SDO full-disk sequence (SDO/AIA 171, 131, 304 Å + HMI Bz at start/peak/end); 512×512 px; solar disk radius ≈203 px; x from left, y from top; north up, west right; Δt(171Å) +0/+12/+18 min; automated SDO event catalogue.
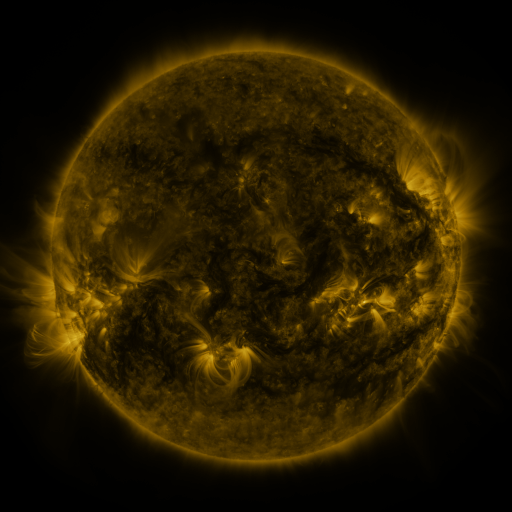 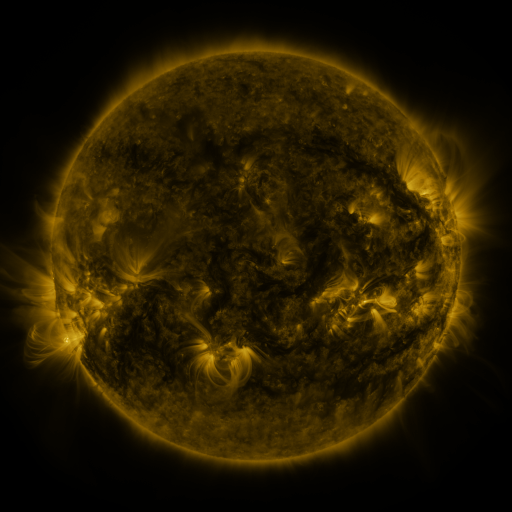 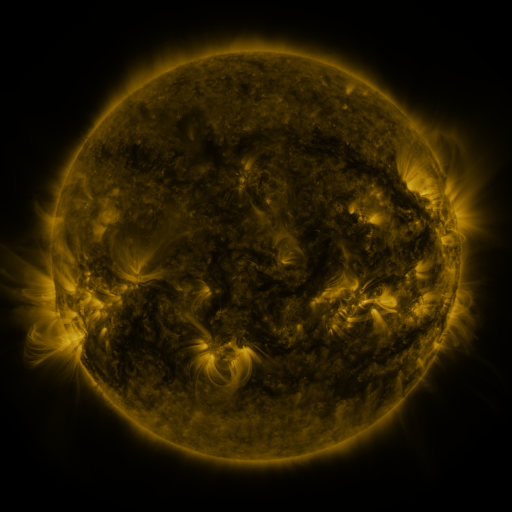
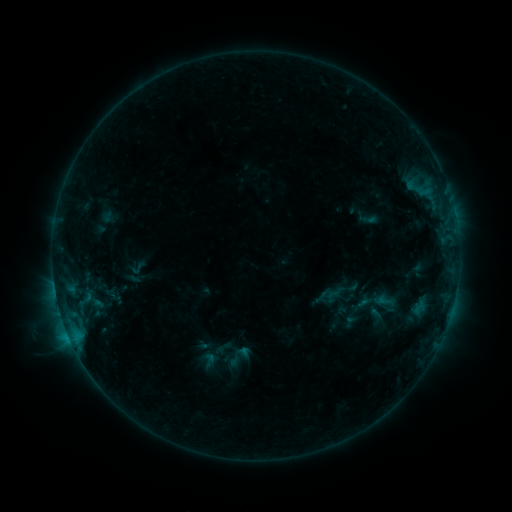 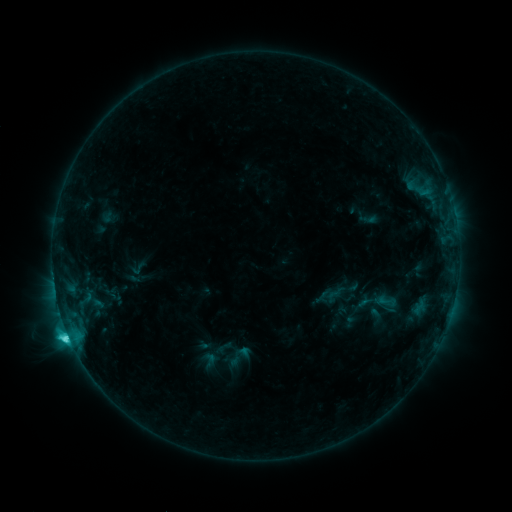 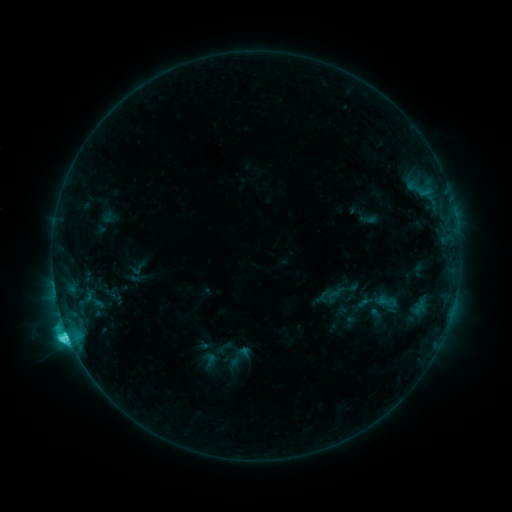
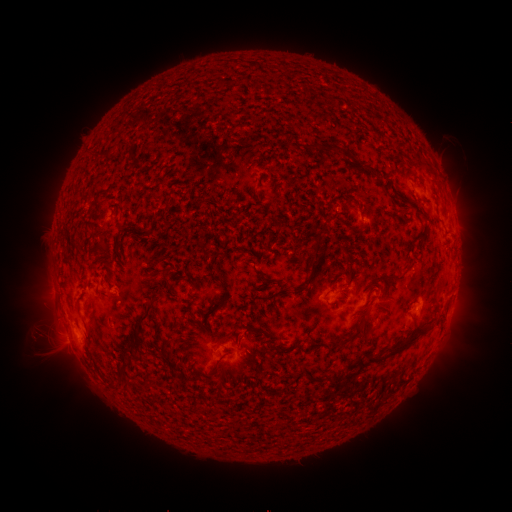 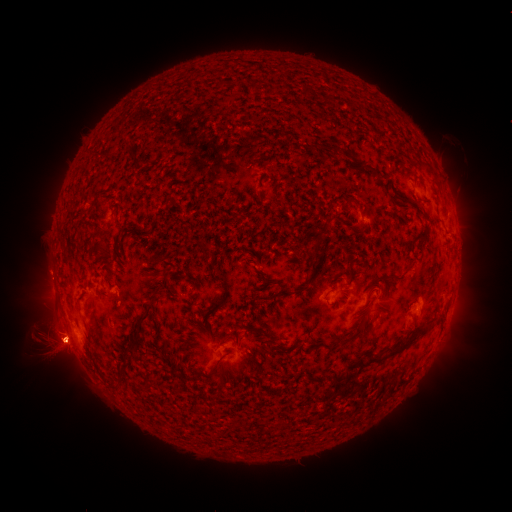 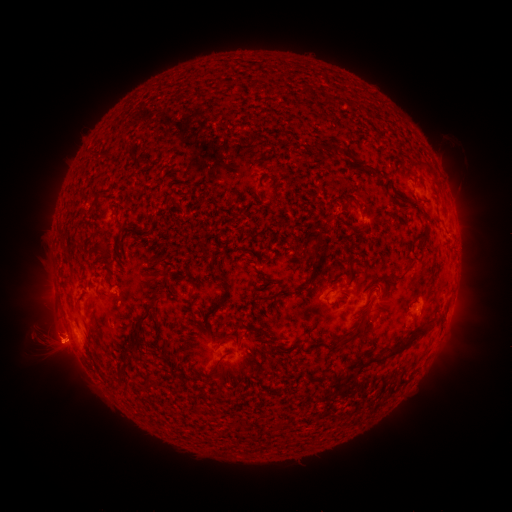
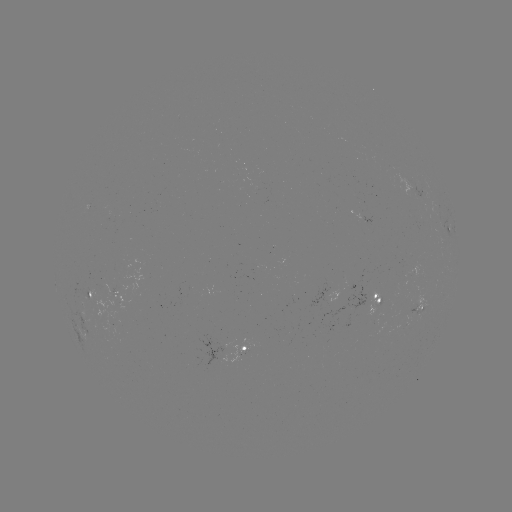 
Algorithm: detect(C6.0 flare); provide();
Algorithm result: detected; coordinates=[69, 334]